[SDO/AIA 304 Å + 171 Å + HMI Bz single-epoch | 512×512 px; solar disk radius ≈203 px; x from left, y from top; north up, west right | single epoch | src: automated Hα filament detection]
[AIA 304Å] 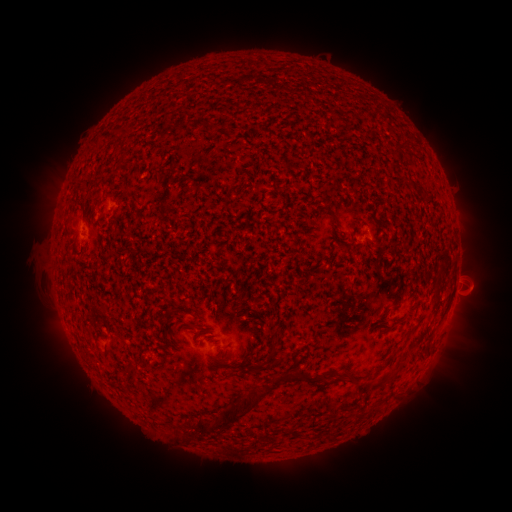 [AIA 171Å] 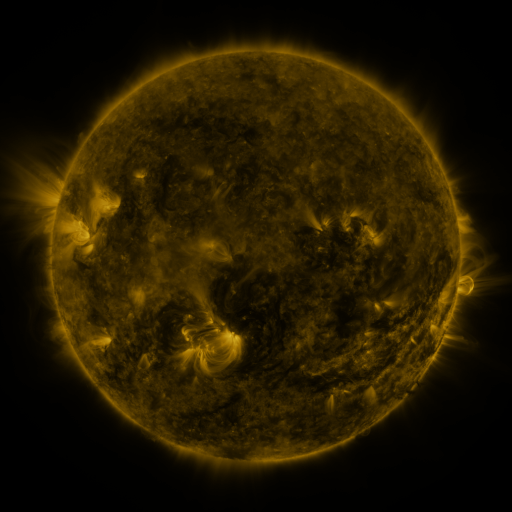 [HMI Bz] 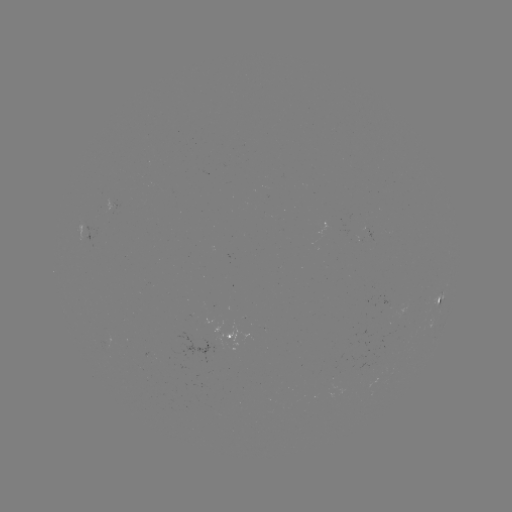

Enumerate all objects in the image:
filament: (334, 221, 341, 230)
filament: (382, 322, 399, 334)
filament: (264, 339, 277, 365)
filament: (125, 359, 137, 371)
filament: (253, 363, 264, 373)
filament: (276, 367, 309, 380)
filament: (213, 391, 263, 429)
filament: (194, 417, 211, 435)
filament: (179, 431, 187, 441)
